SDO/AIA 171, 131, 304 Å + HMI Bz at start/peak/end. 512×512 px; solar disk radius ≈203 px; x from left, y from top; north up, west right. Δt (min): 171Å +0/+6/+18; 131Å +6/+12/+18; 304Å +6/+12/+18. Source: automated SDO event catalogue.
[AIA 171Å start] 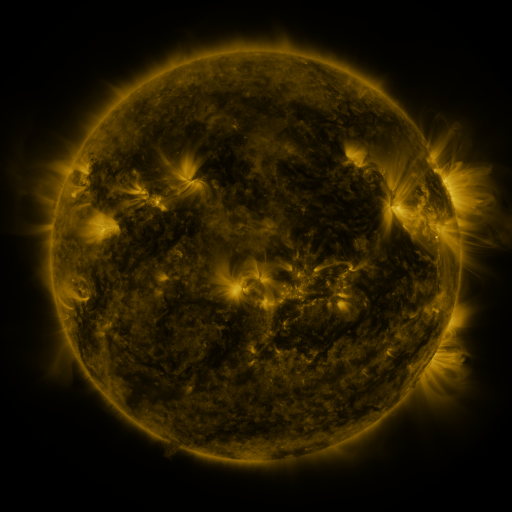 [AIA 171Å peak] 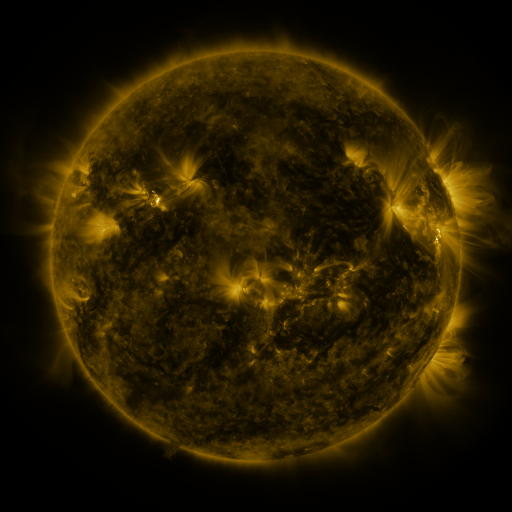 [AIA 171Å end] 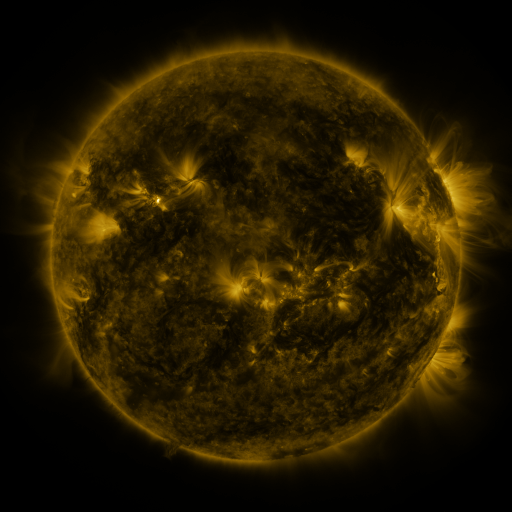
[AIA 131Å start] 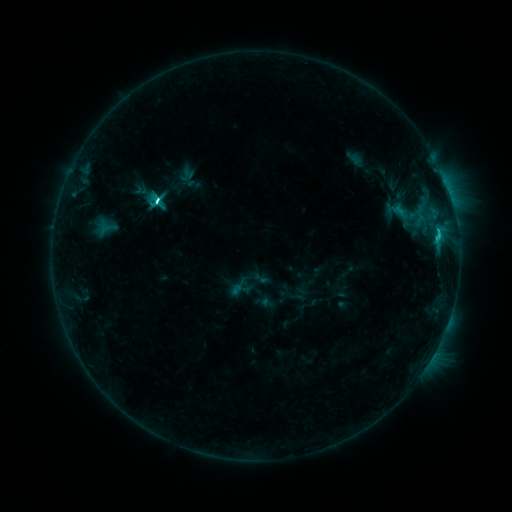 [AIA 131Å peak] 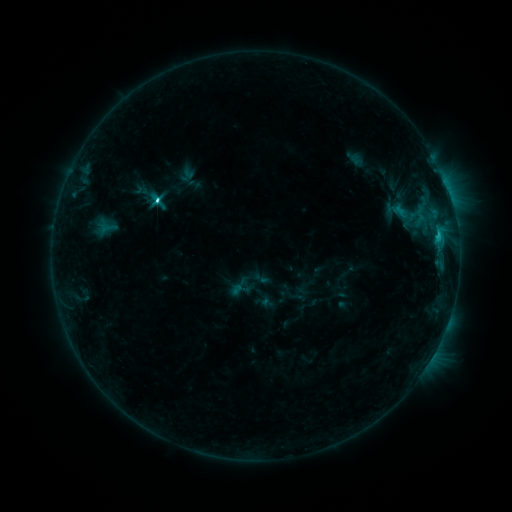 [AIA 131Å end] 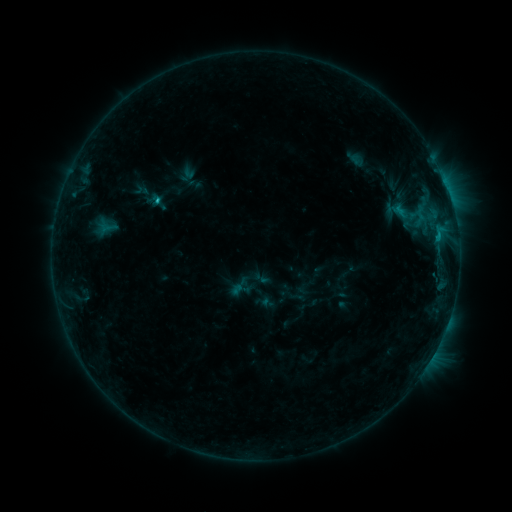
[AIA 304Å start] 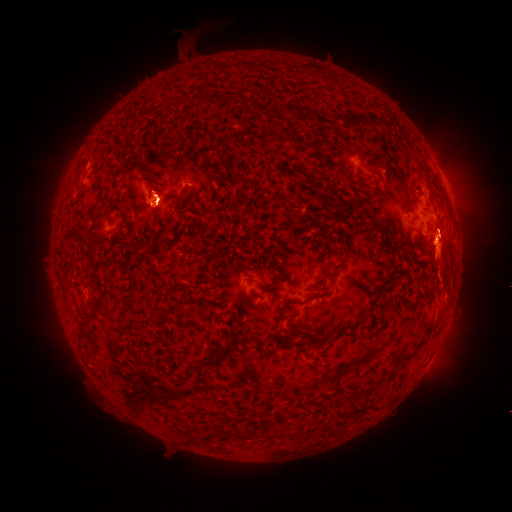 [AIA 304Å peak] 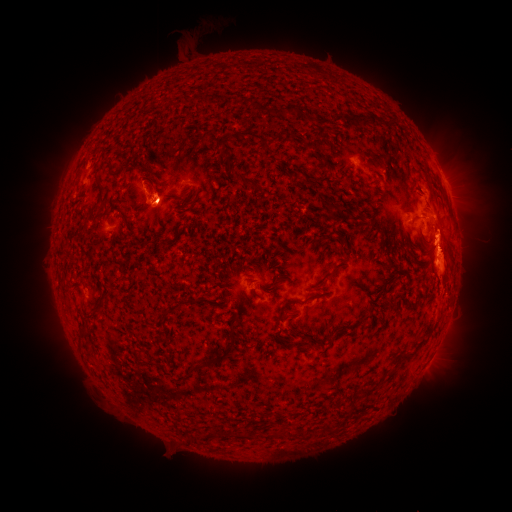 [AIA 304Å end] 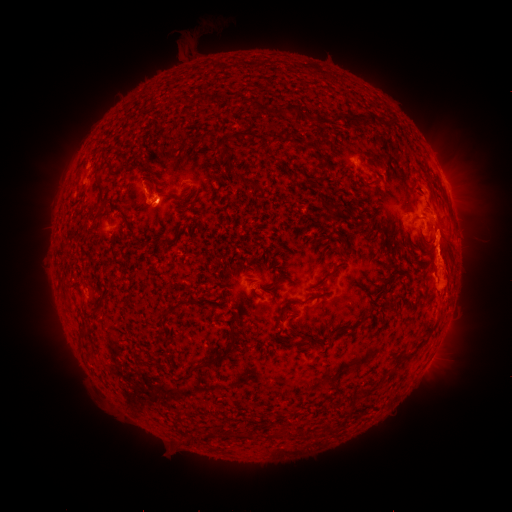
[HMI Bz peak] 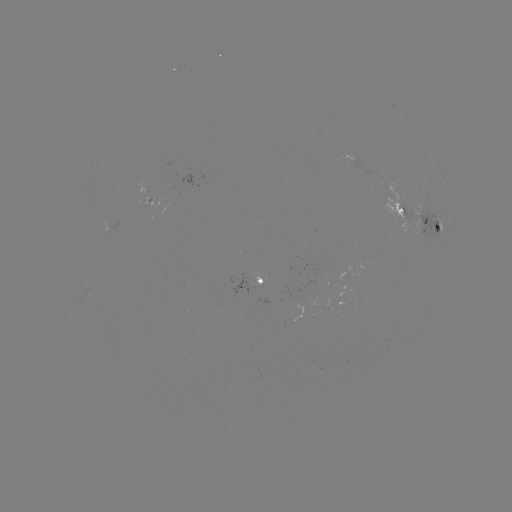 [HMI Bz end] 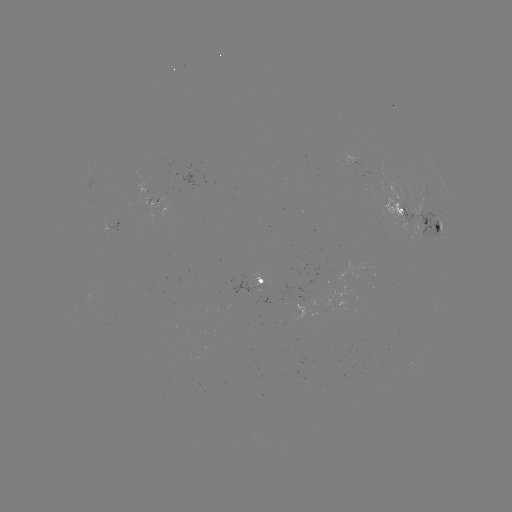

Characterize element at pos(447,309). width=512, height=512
eruption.